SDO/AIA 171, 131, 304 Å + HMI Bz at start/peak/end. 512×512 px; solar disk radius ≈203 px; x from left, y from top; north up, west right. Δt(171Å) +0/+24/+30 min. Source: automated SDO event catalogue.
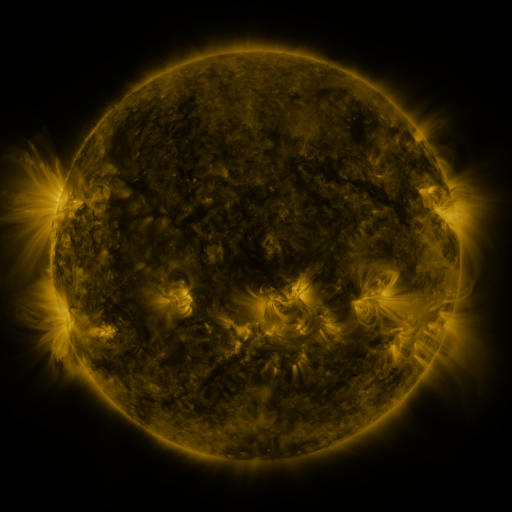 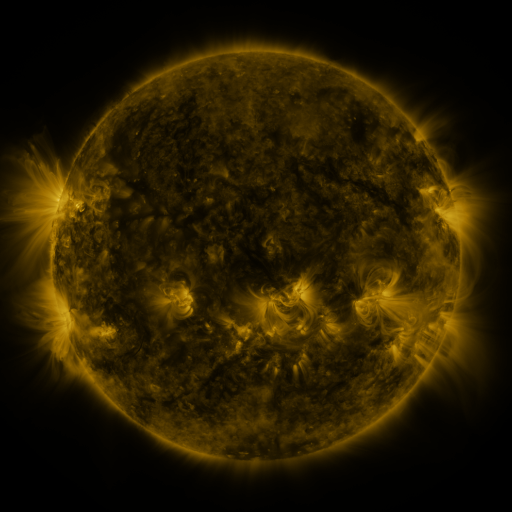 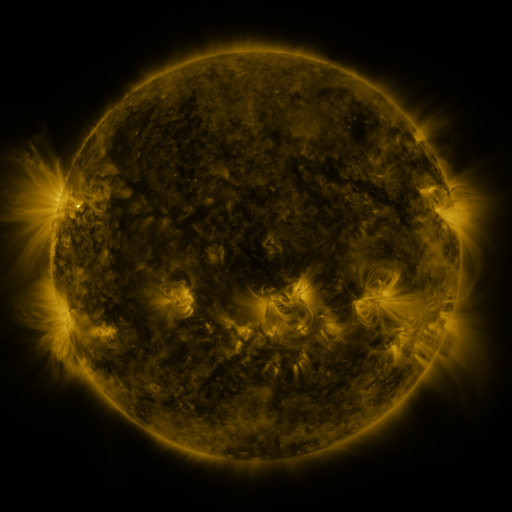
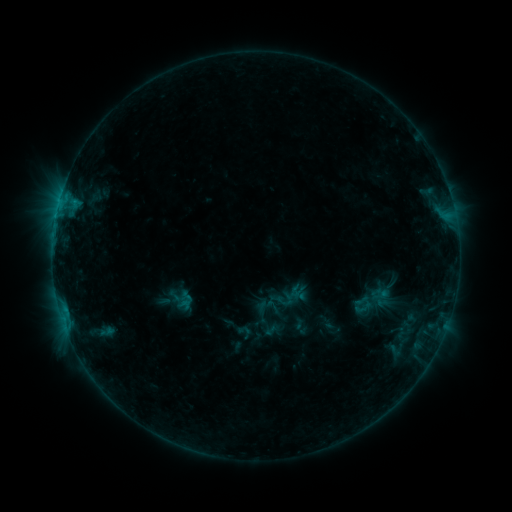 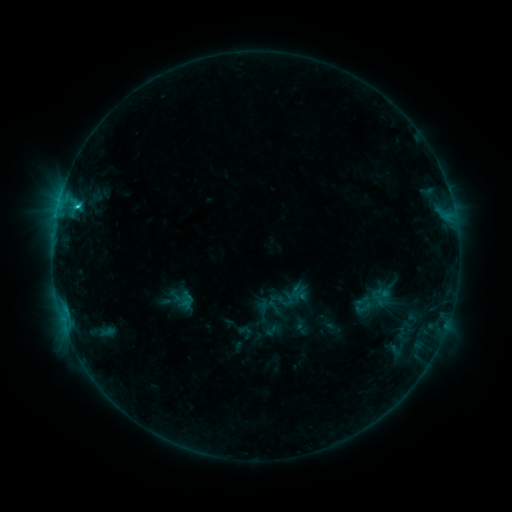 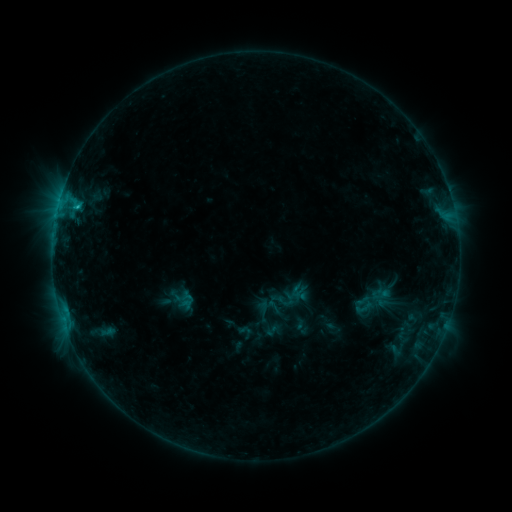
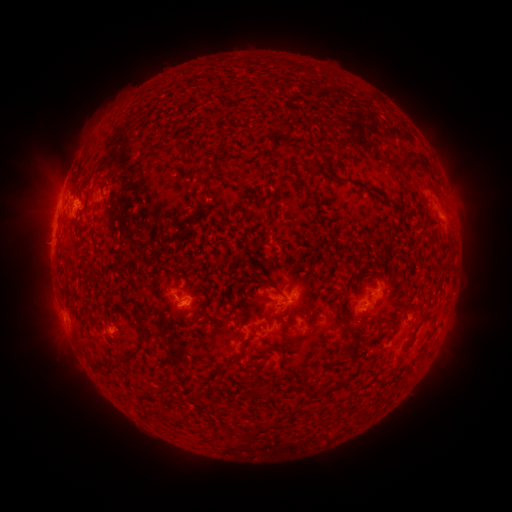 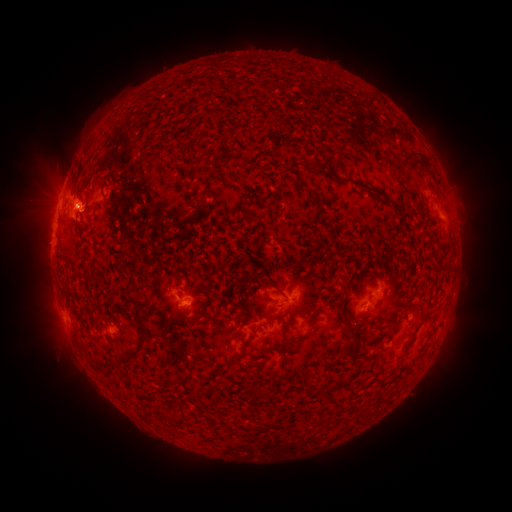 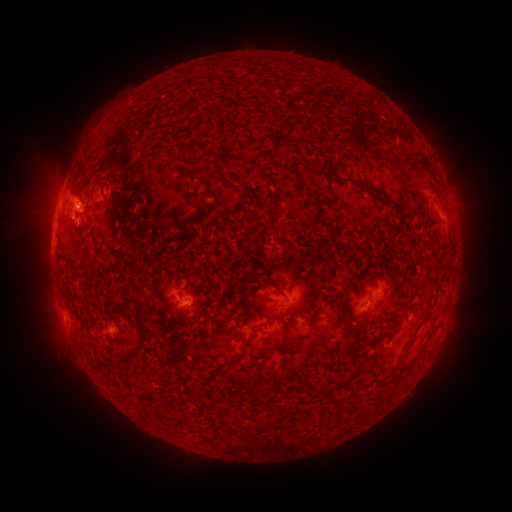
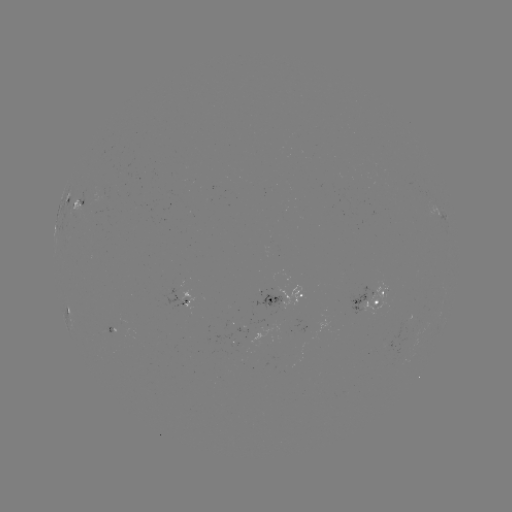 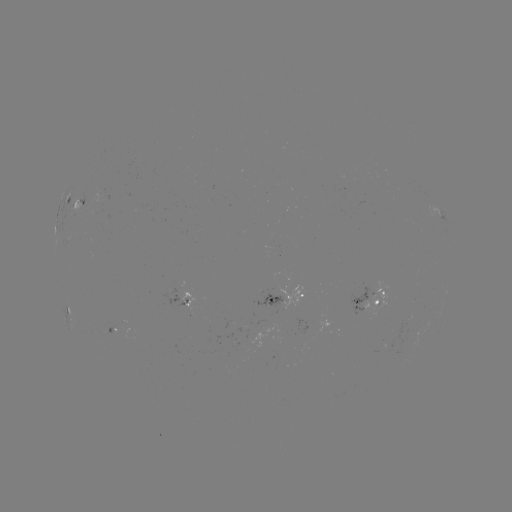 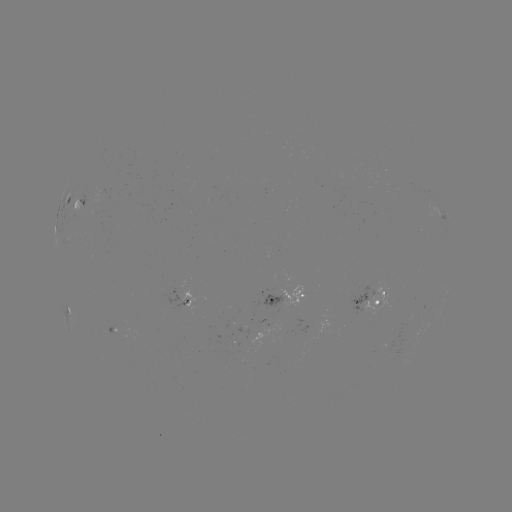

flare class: C1.3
